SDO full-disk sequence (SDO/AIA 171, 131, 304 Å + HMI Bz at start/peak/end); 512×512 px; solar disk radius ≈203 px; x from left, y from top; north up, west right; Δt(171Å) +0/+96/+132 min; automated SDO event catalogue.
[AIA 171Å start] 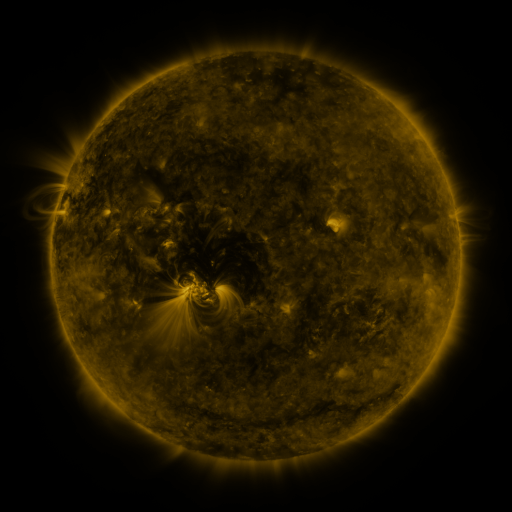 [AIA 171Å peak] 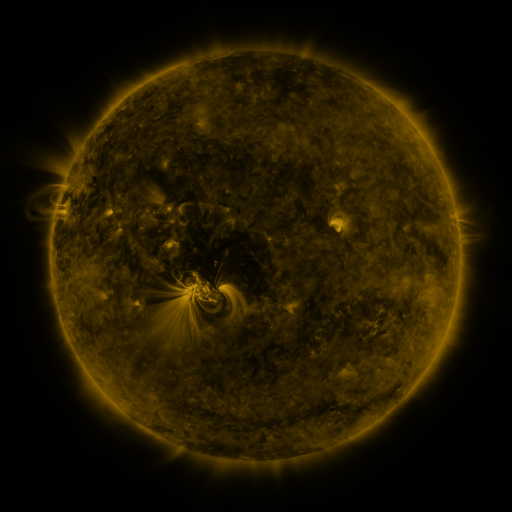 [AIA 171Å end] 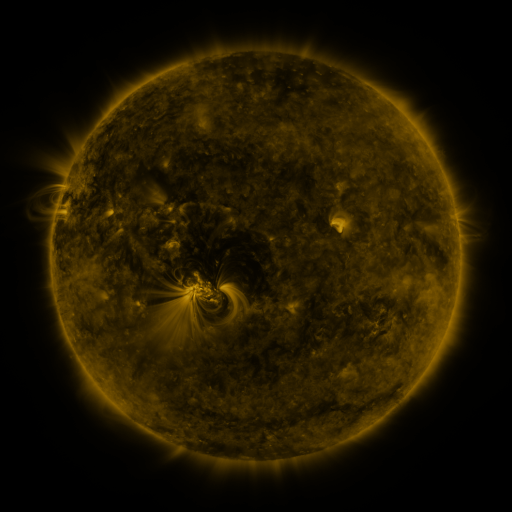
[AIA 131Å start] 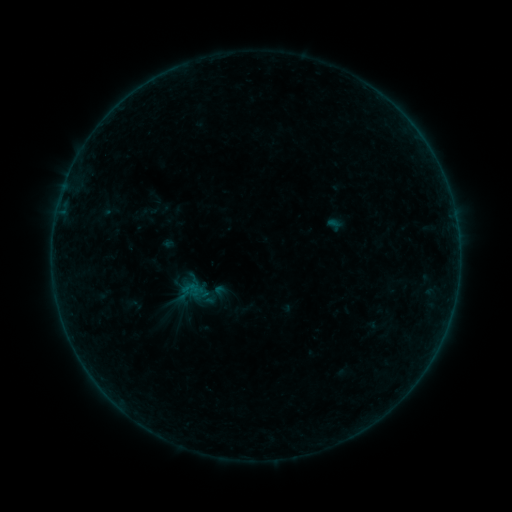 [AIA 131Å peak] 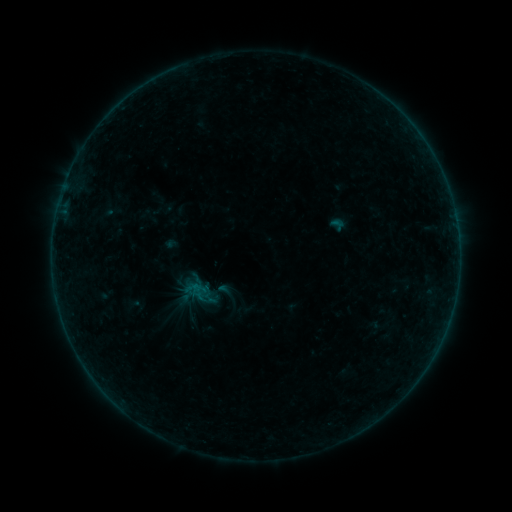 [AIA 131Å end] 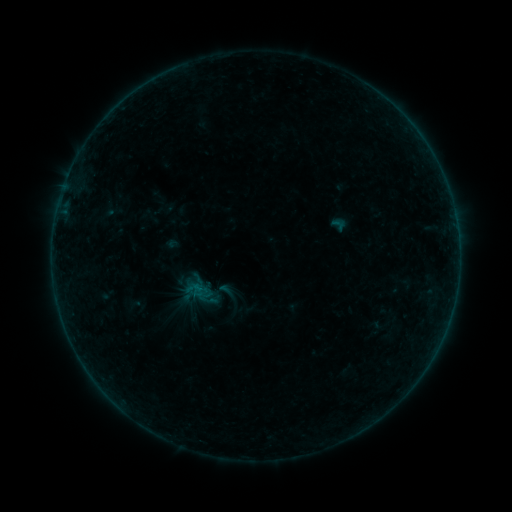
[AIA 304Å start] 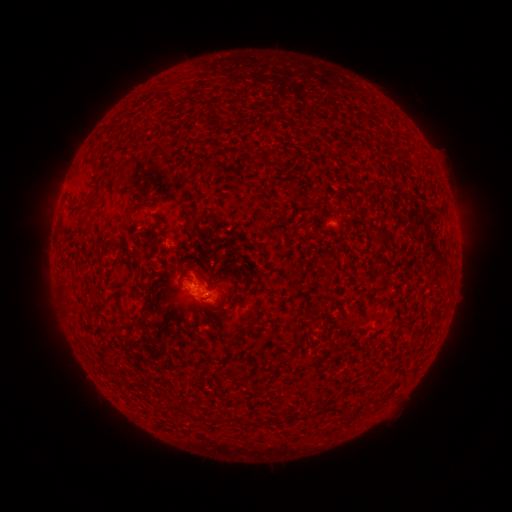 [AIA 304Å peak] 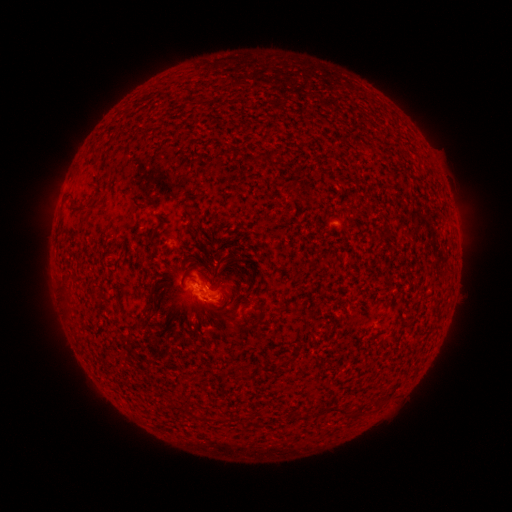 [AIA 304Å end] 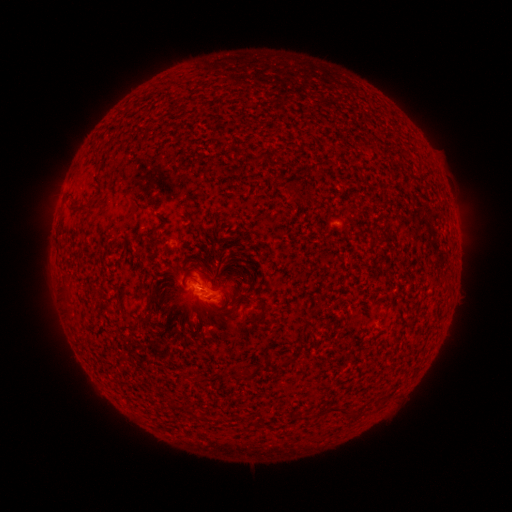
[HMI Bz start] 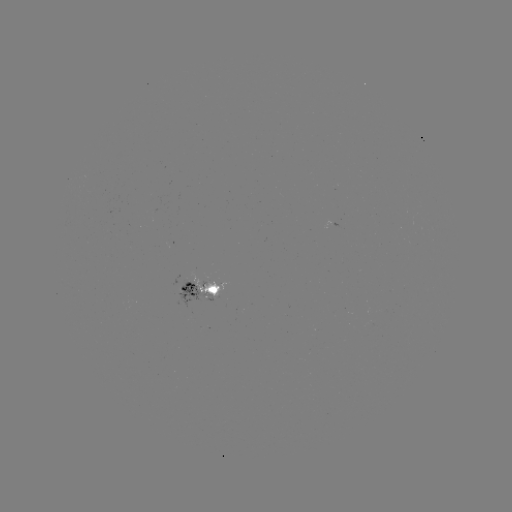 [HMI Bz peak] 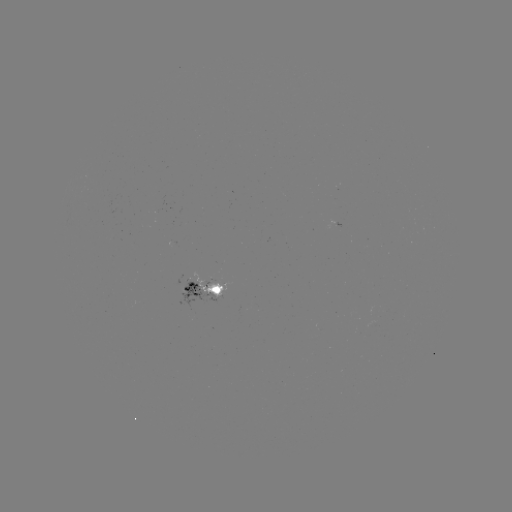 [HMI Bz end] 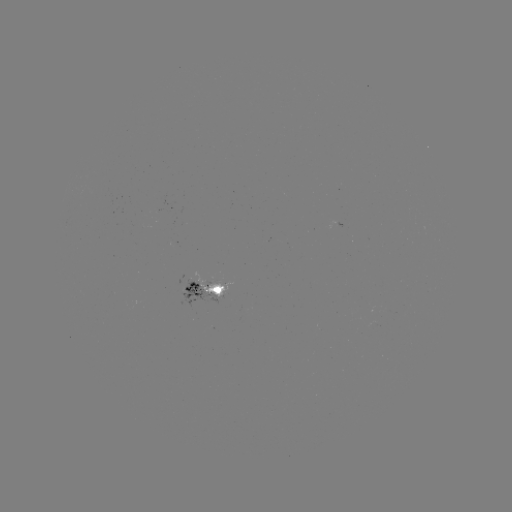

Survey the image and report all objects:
emerging-flux region: (210, 285)
